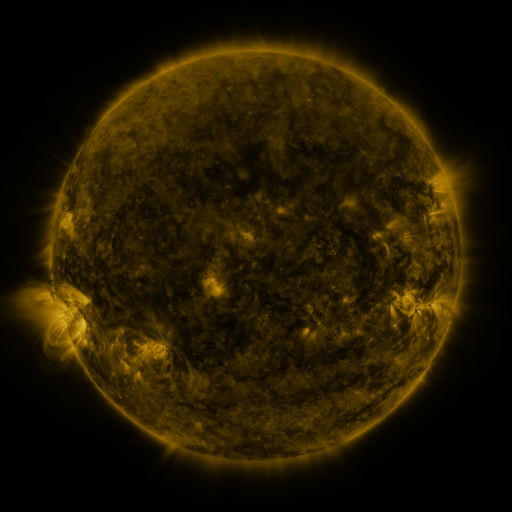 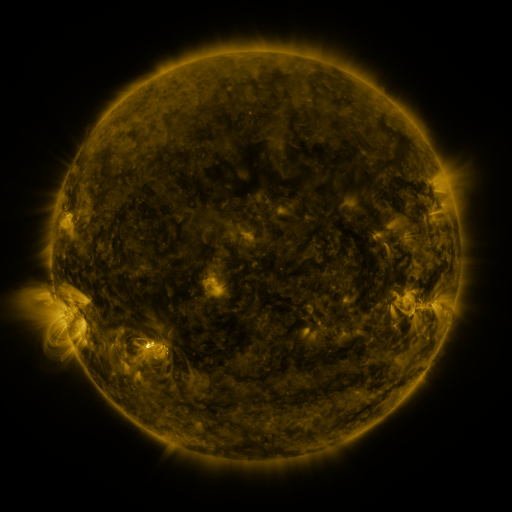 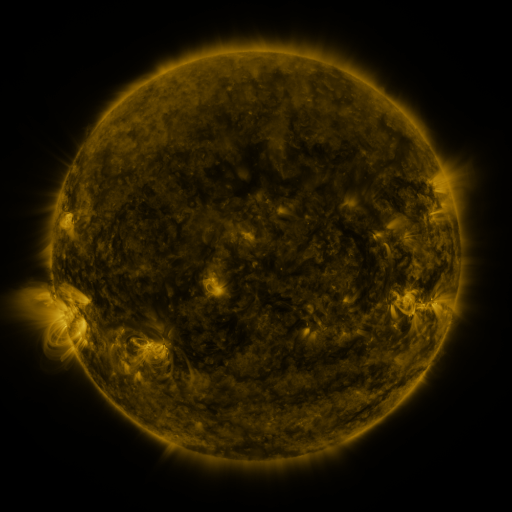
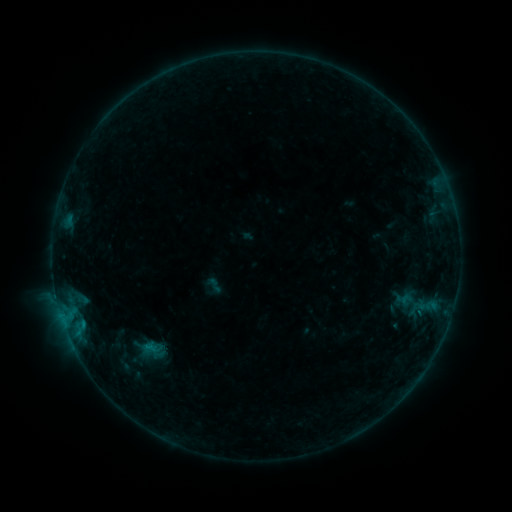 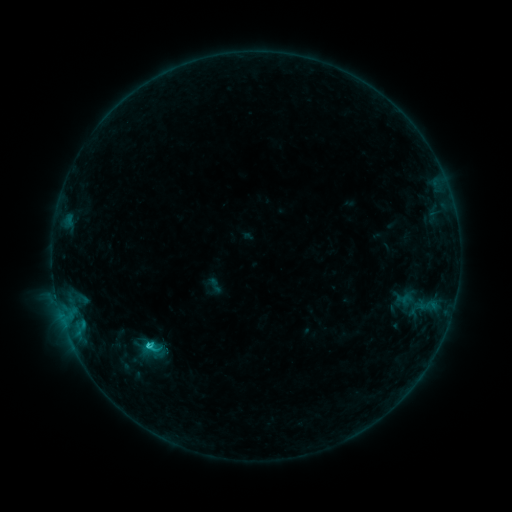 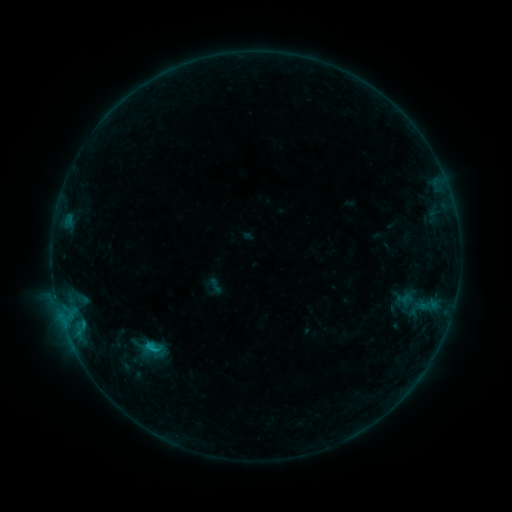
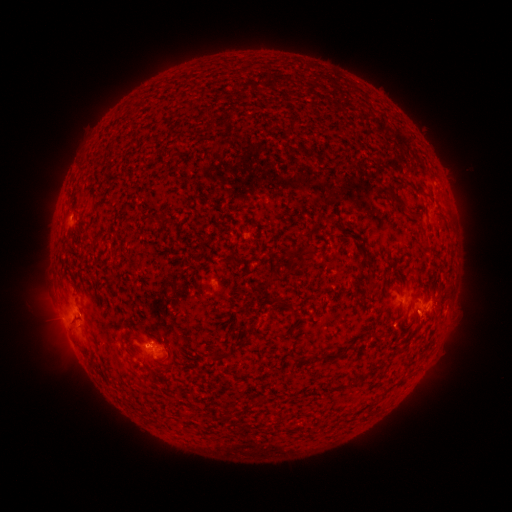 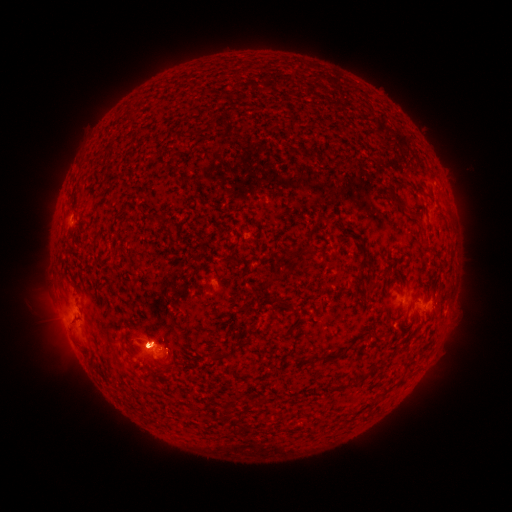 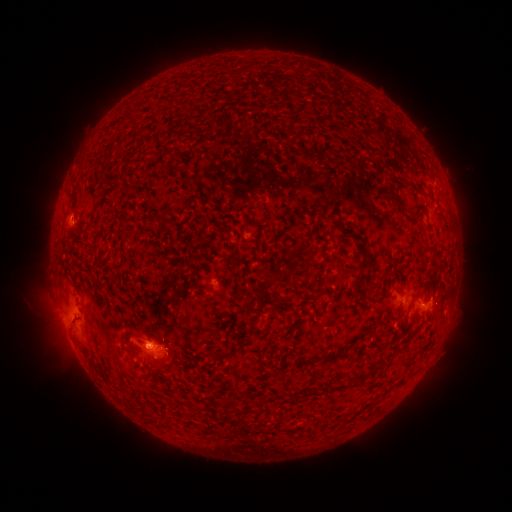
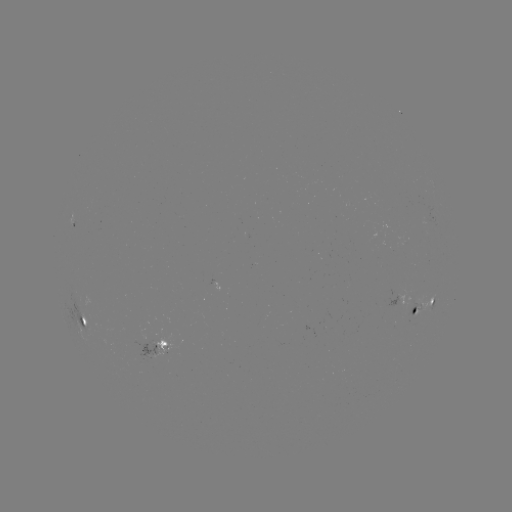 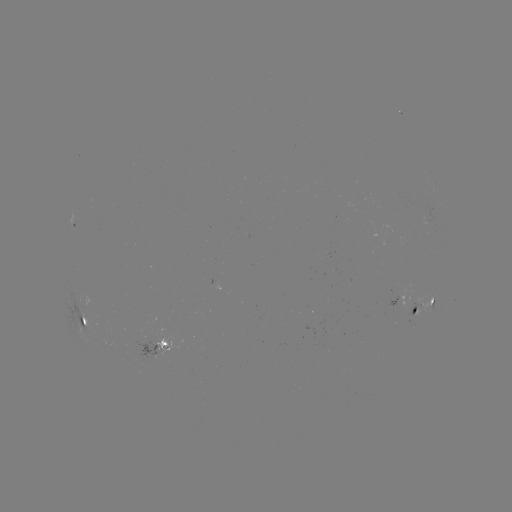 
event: flare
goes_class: B9.6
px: (148, 345)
